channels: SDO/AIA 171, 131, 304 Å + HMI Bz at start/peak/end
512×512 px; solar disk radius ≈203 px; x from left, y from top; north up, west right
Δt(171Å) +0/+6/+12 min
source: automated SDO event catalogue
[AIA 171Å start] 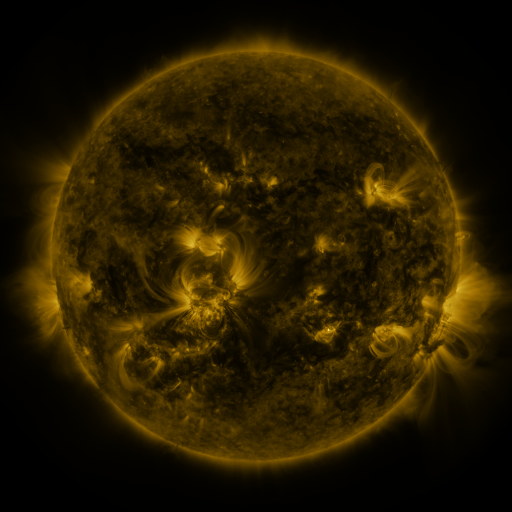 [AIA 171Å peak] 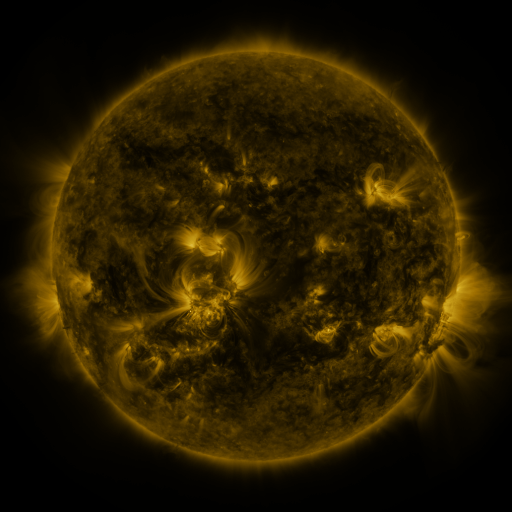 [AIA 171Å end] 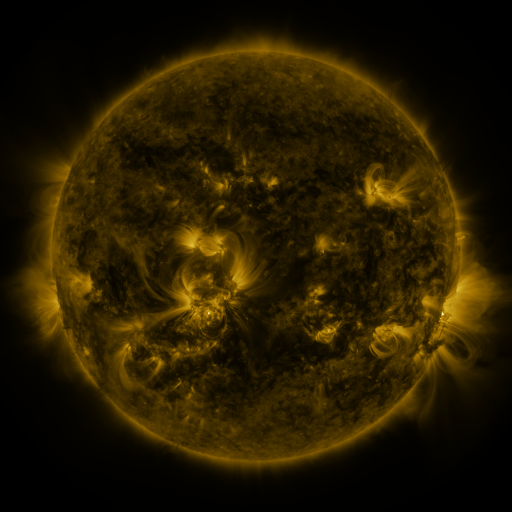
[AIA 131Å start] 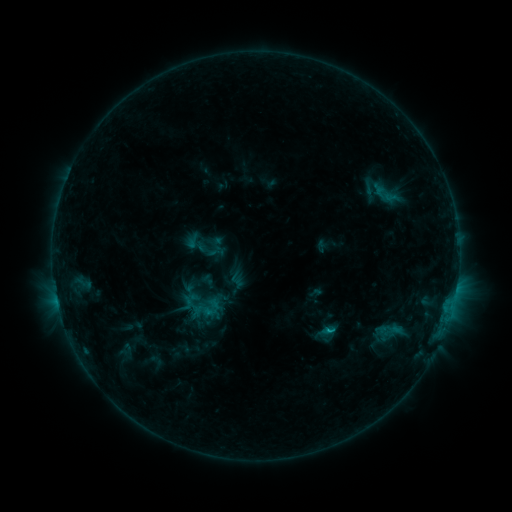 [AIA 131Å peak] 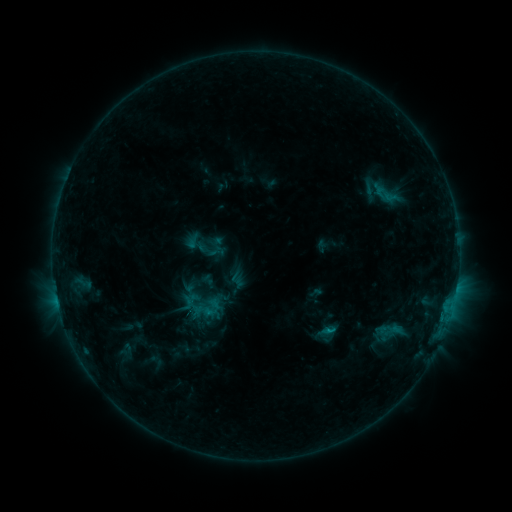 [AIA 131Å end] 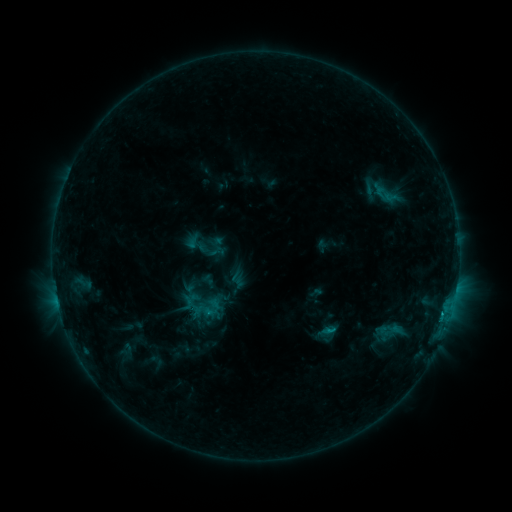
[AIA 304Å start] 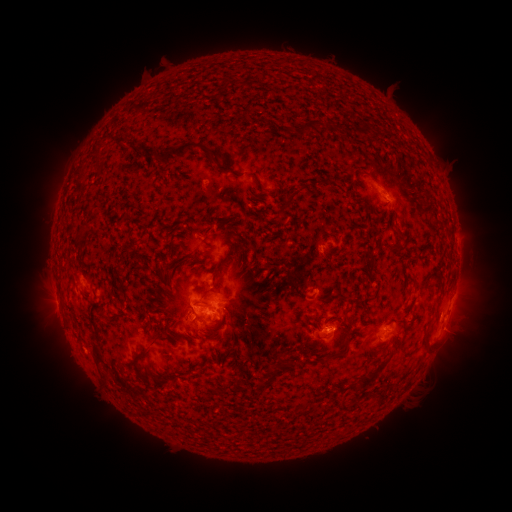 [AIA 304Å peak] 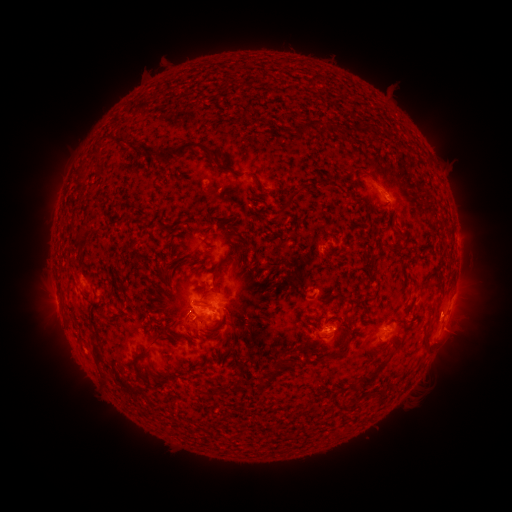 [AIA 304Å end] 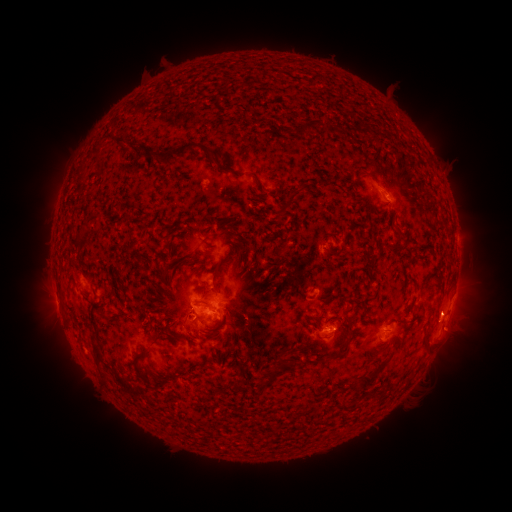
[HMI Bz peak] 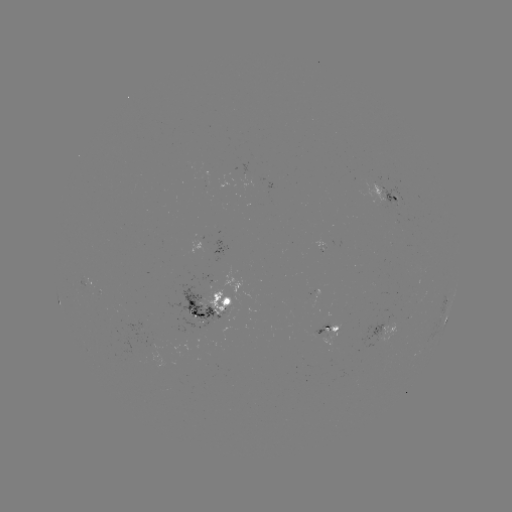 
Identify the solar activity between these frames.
eruption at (447, 315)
